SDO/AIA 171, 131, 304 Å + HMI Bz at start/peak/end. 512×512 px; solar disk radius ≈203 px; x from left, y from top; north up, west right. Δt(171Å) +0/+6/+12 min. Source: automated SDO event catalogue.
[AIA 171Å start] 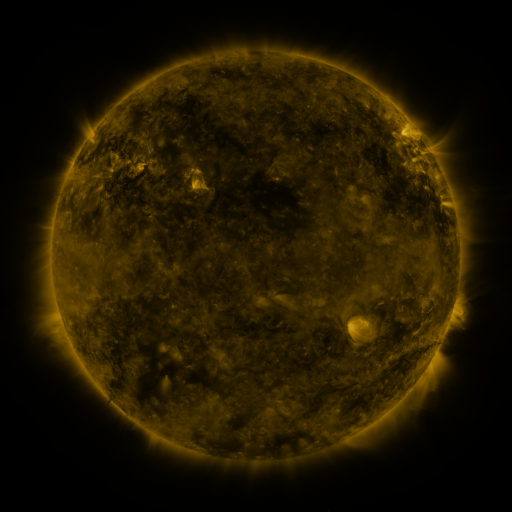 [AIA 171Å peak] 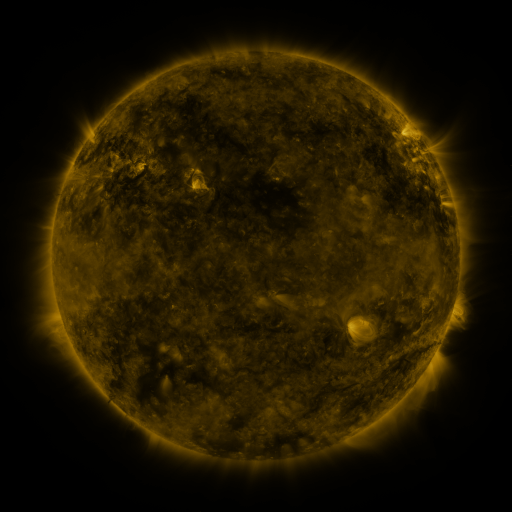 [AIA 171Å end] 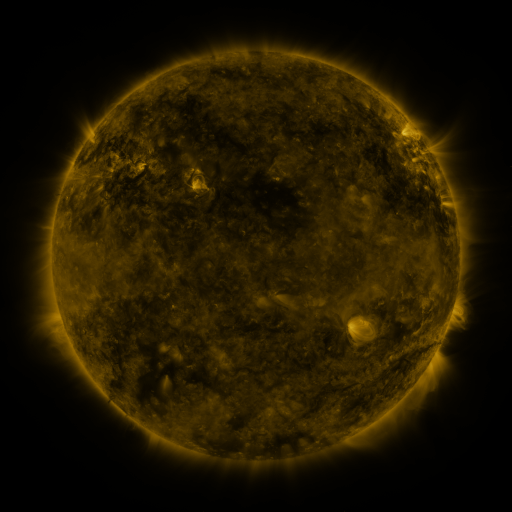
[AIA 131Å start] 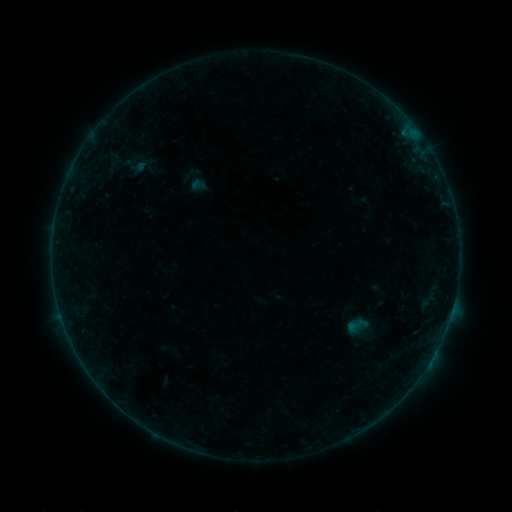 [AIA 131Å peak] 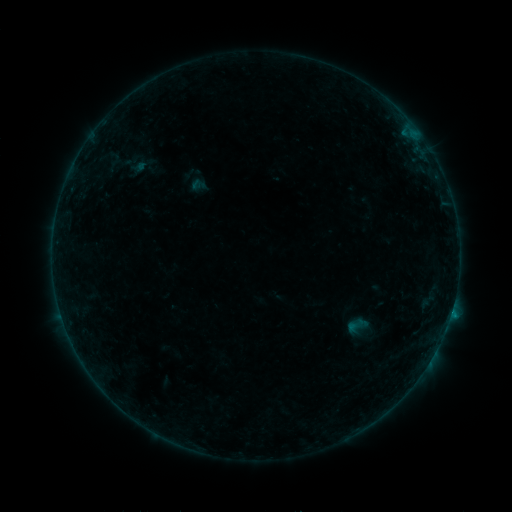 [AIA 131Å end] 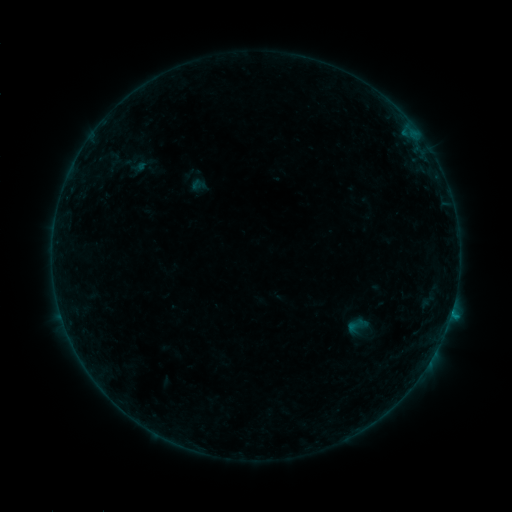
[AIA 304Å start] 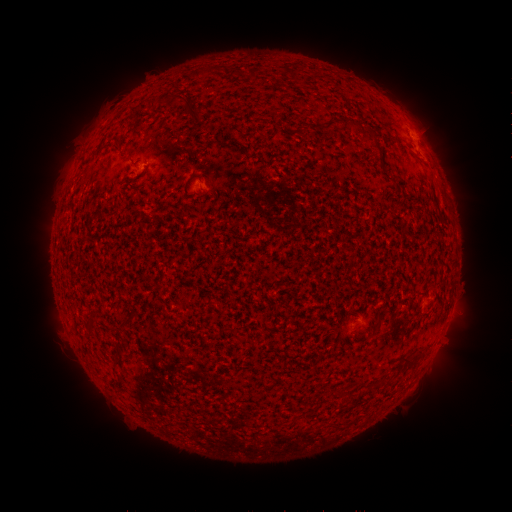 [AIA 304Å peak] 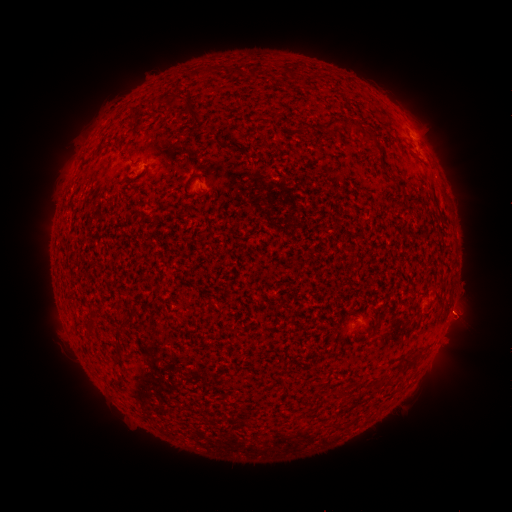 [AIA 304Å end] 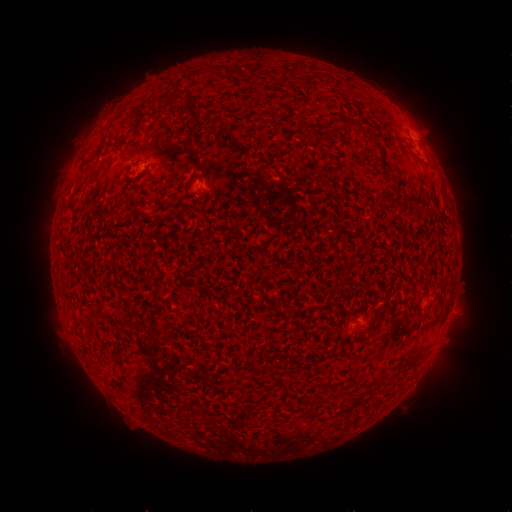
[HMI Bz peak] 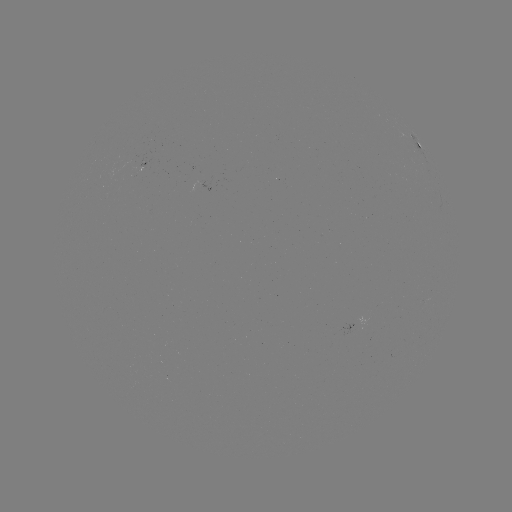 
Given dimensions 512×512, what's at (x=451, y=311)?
B3.1 flare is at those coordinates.